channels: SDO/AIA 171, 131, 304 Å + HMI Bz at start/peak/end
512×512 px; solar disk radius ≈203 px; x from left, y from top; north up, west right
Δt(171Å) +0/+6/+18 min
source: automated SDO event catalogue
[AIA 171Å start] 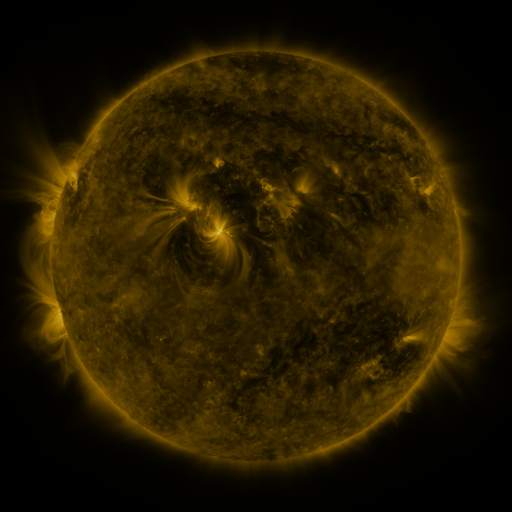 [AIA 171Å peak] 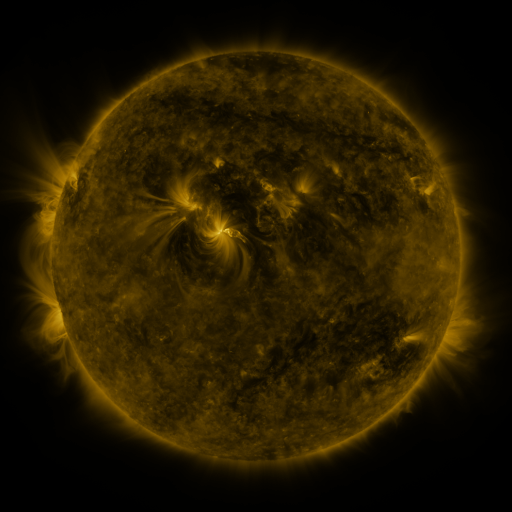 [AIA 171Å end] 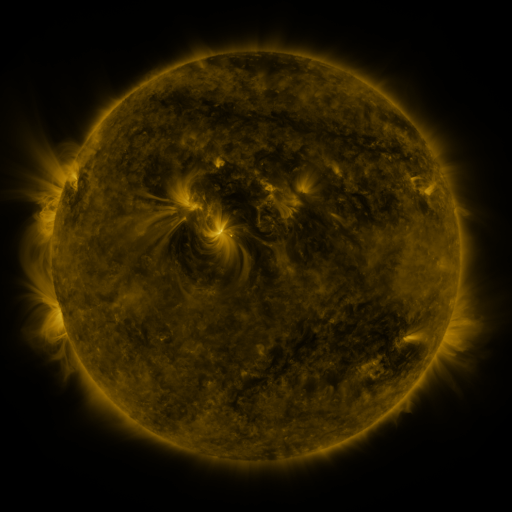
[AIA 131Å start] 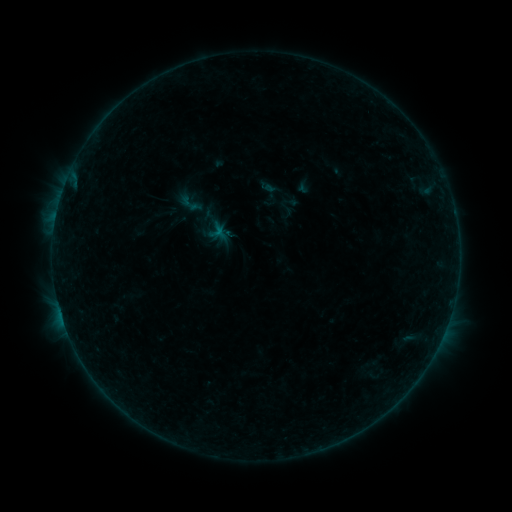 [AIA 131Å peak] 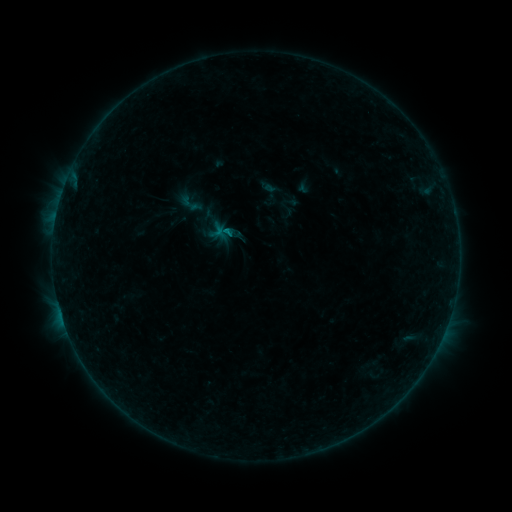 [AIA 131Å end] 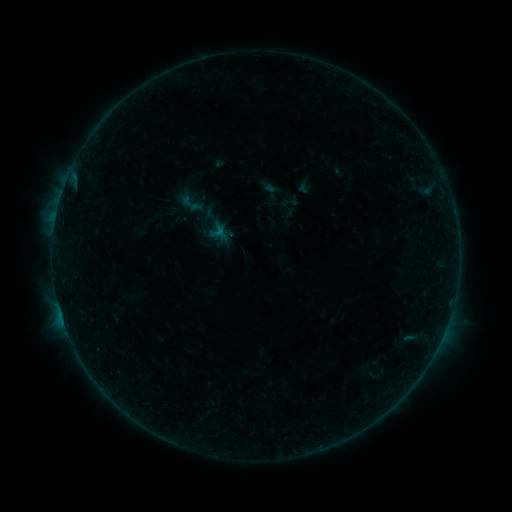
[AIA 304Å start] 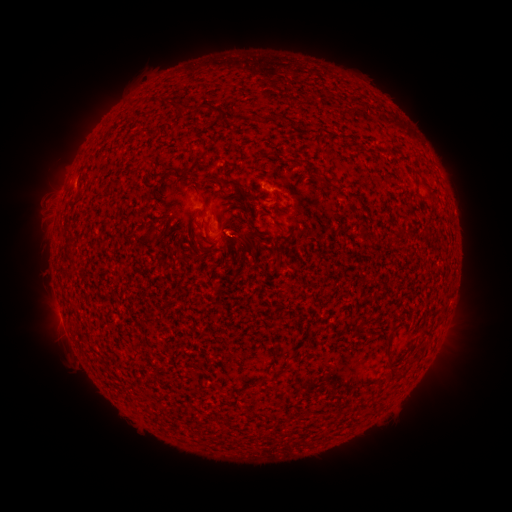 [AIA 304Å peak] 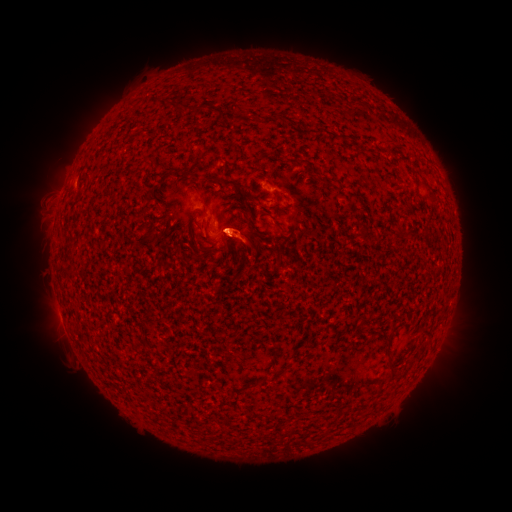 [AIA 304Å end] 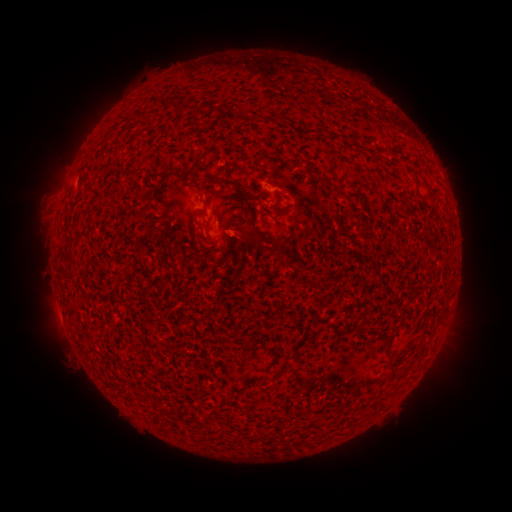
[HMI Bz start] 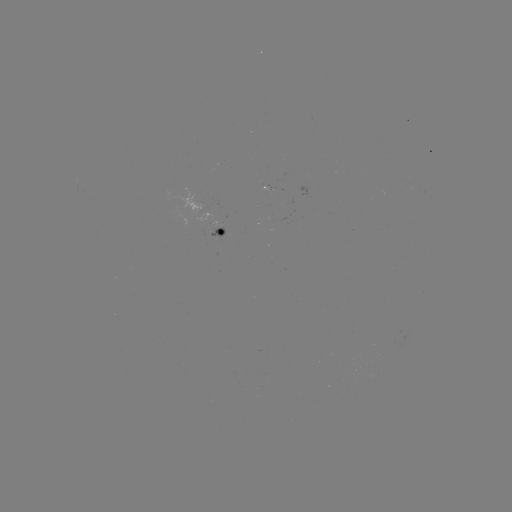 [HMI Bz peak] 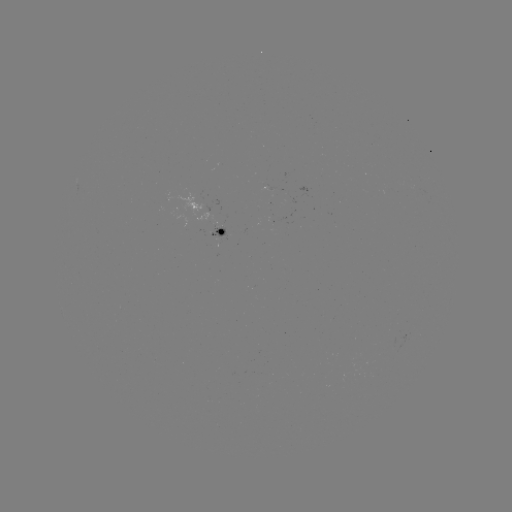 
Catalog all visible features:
eruption: (246, 234)
